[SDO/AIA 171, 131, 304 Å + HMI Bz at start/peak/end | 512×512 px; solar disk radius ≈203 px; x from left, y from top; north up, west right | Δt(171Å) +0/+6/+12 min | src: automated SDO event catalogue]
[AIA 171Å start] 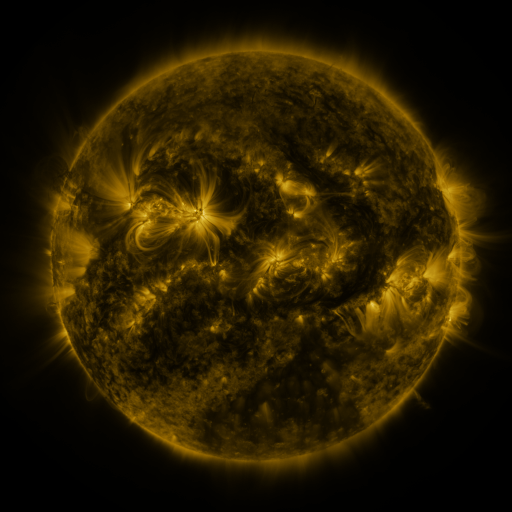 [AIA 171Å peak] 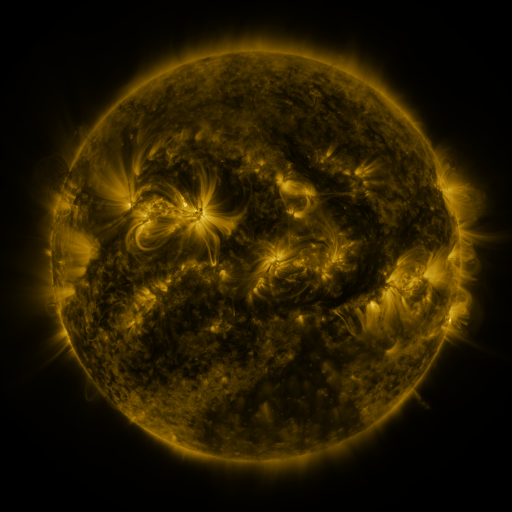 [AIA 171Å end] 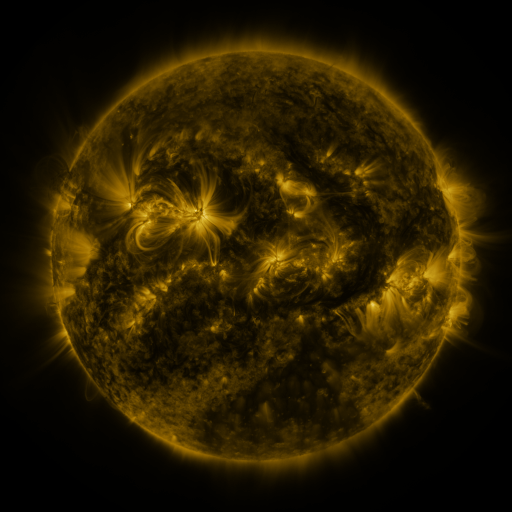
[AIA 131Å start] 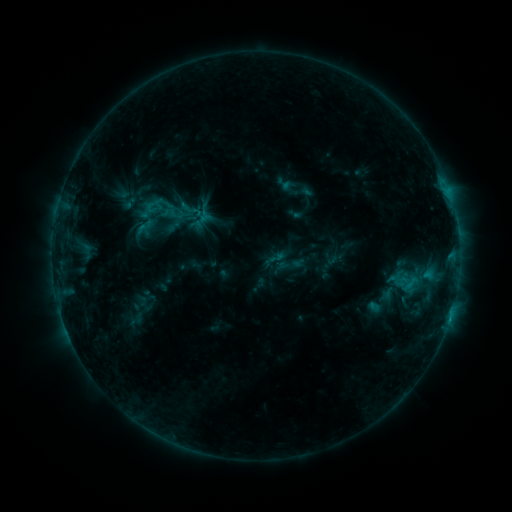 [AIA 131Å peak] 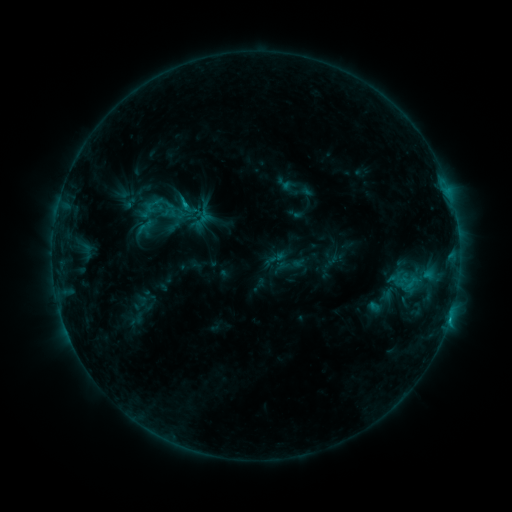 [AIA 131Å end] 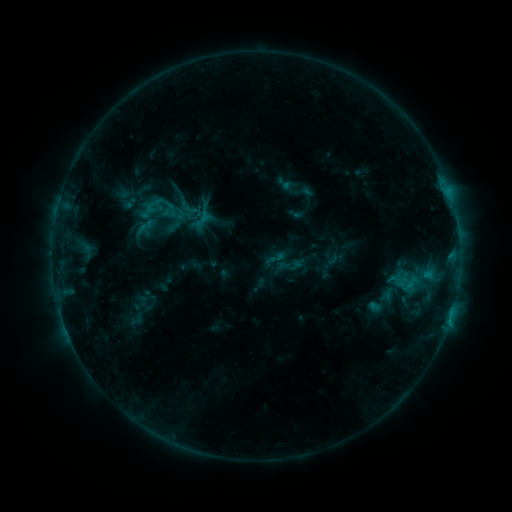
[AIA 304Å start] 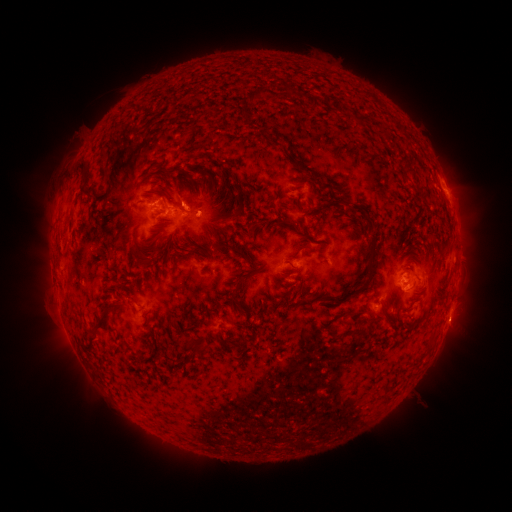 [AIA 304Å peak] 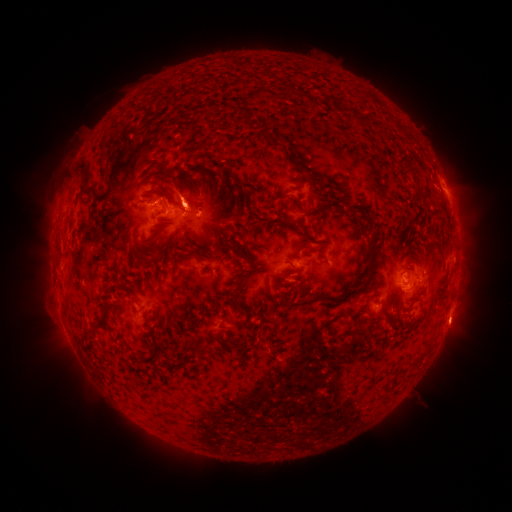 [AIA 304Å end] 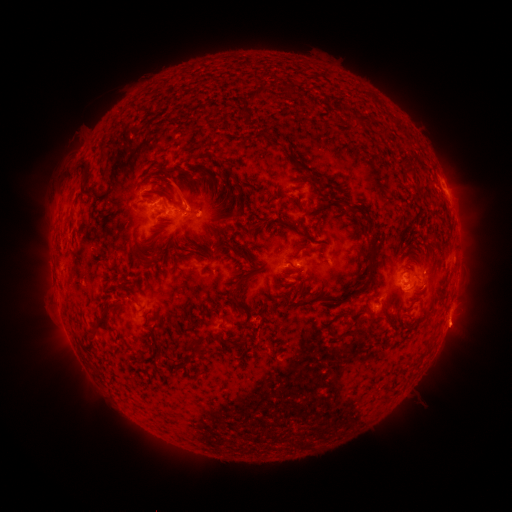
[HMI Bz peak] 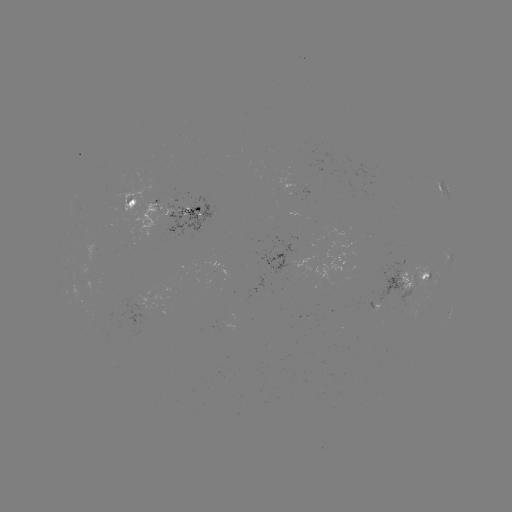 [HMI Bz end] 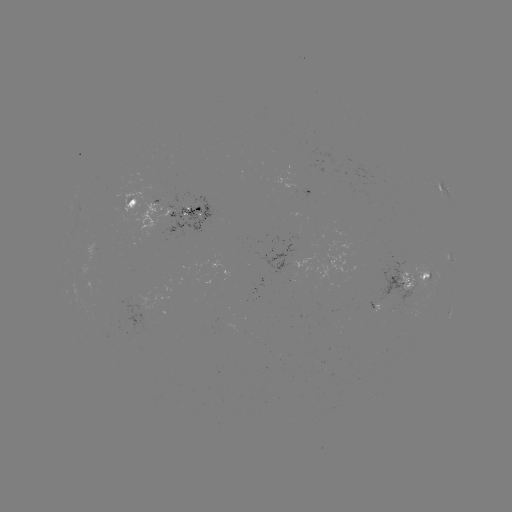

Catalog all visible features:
eruption: (183, 190)
